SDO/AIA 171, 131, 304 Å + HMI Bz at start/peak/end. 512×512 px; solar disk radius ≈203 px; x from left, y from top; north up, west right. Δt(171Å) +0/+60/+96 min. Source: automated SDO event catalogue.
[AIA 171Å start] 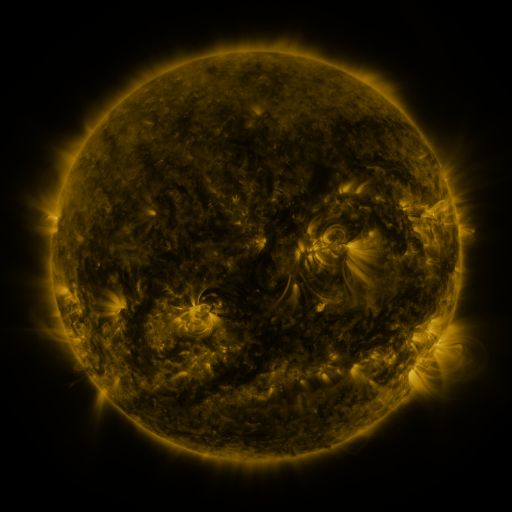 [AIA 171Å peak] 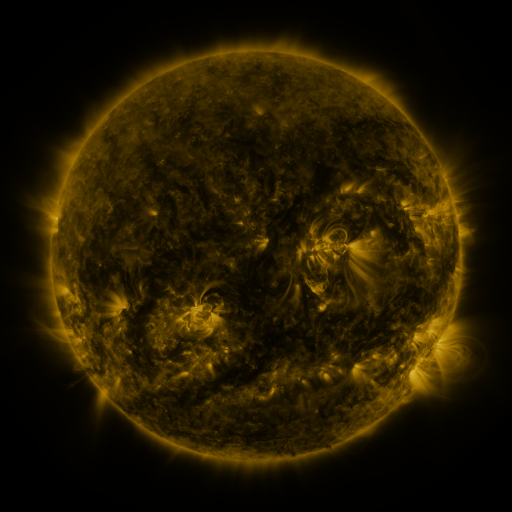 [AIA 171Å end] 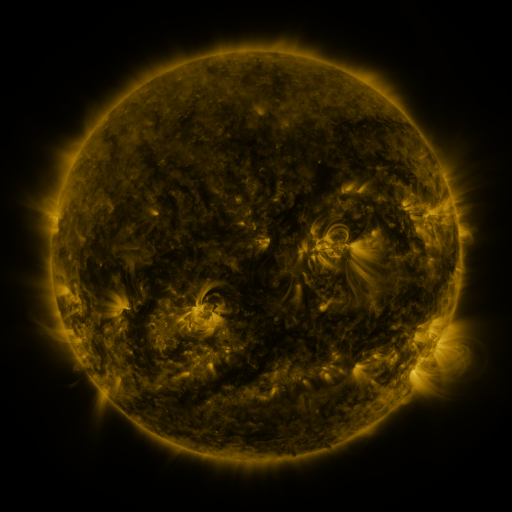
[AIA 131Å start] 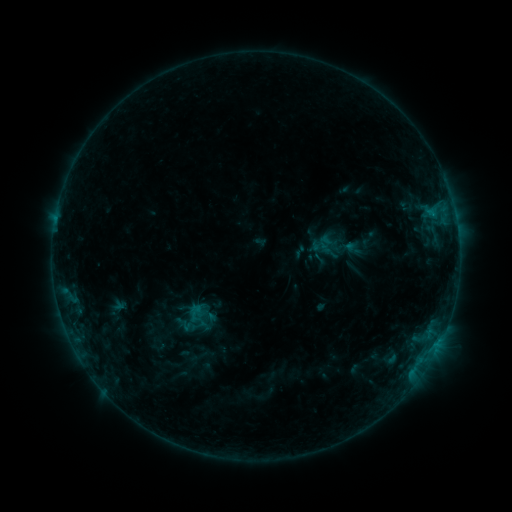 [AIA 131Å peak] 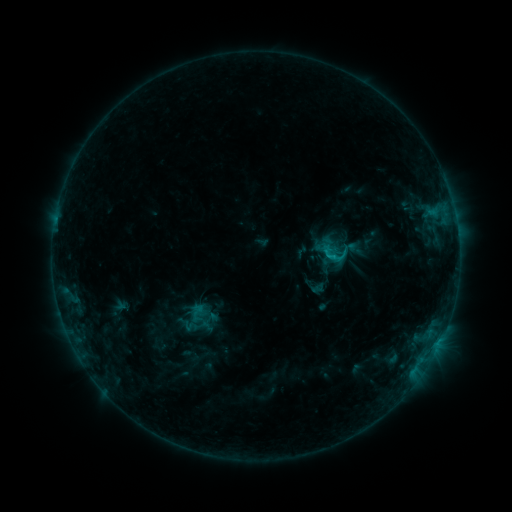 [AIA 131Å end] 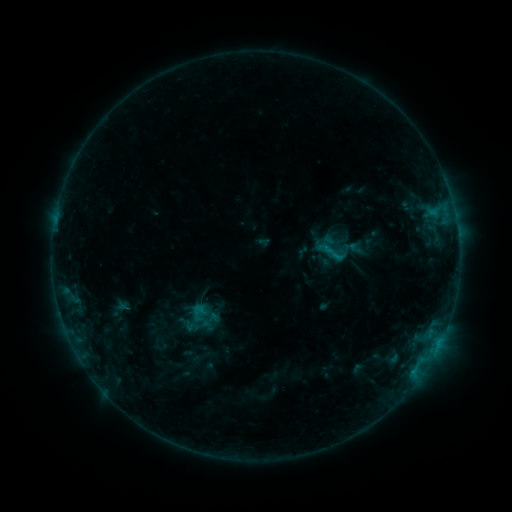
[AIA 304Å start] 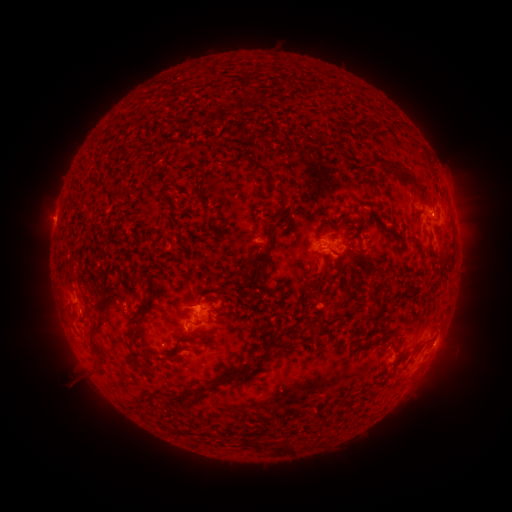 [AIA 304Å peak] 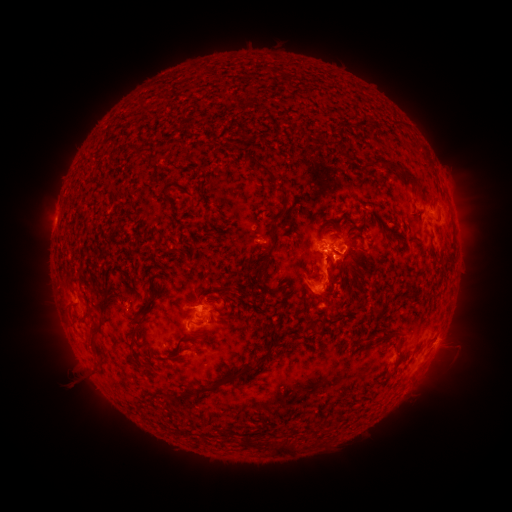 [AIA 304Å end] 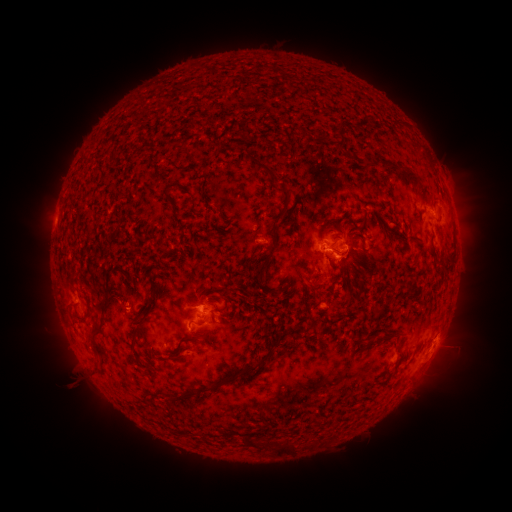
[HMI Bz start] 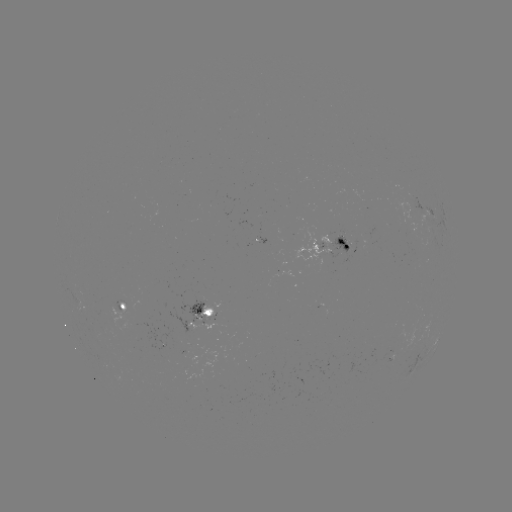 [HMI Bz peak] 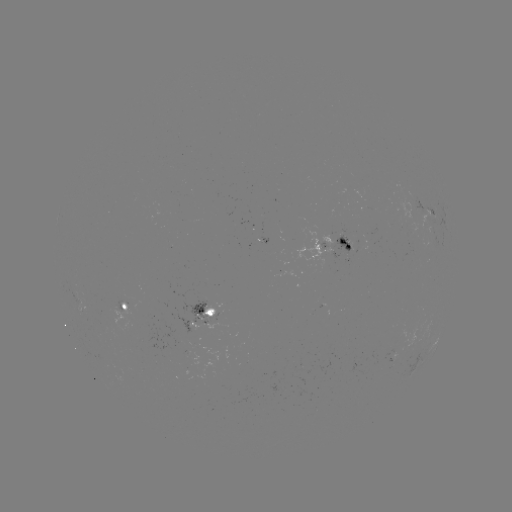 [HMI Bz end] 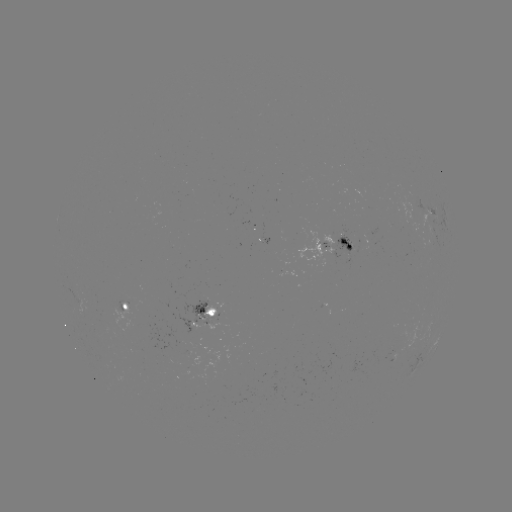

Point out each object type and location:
emerging-flux region: (253, 231)
